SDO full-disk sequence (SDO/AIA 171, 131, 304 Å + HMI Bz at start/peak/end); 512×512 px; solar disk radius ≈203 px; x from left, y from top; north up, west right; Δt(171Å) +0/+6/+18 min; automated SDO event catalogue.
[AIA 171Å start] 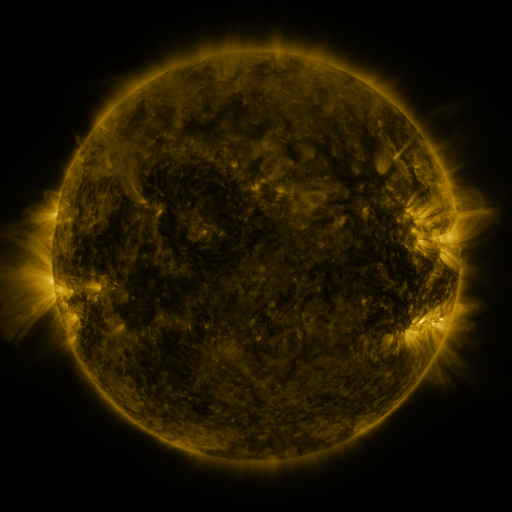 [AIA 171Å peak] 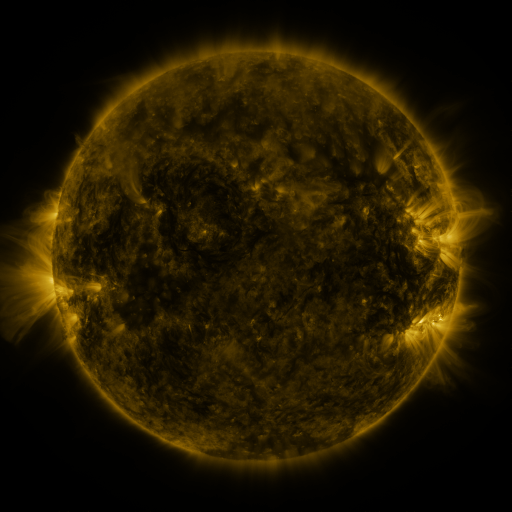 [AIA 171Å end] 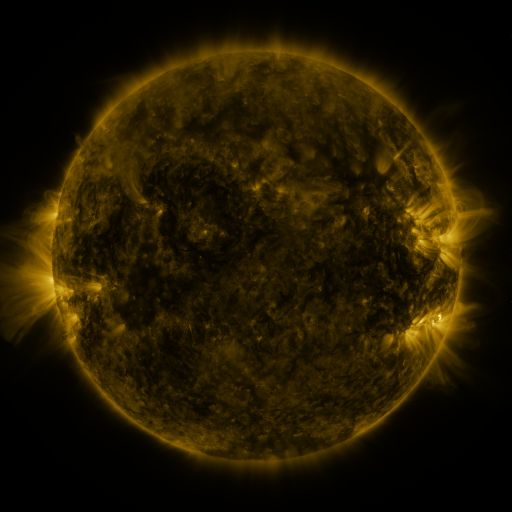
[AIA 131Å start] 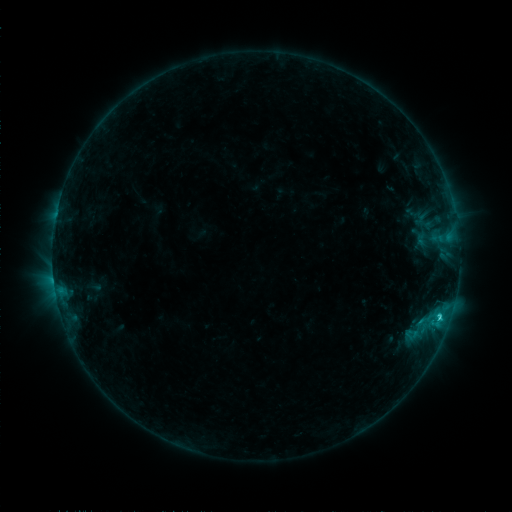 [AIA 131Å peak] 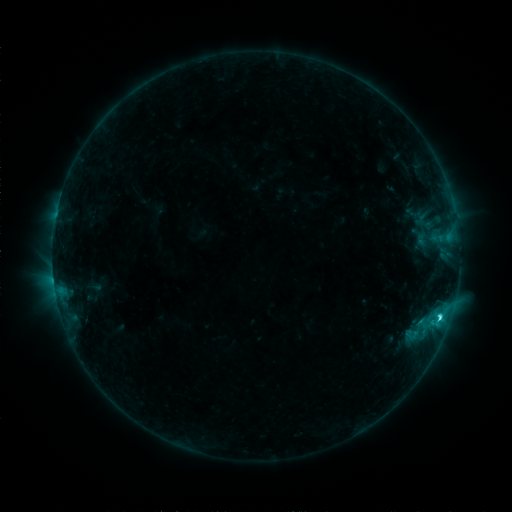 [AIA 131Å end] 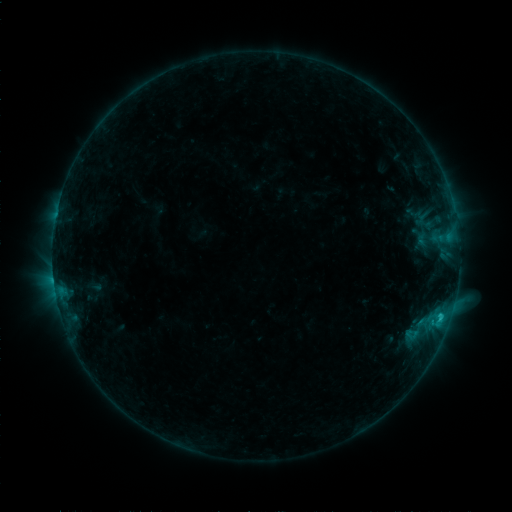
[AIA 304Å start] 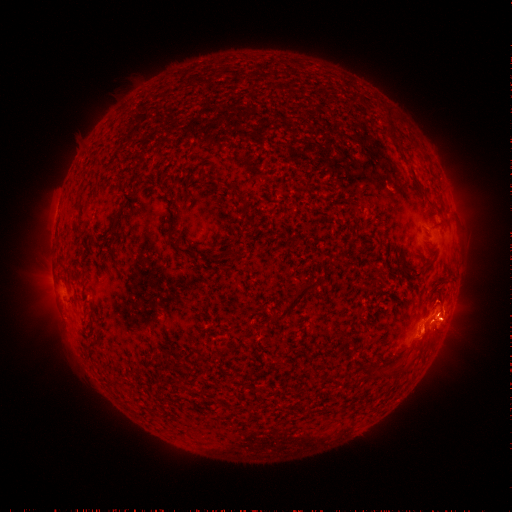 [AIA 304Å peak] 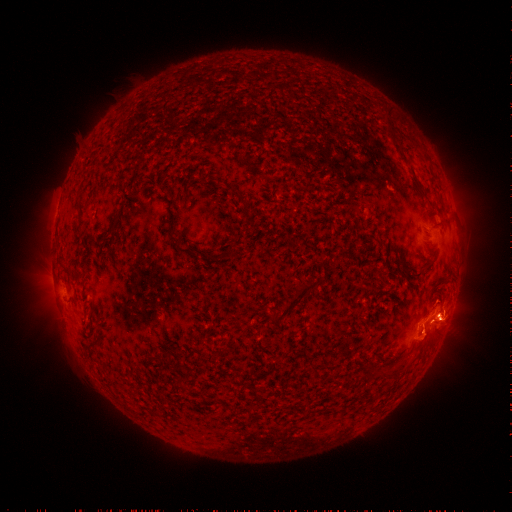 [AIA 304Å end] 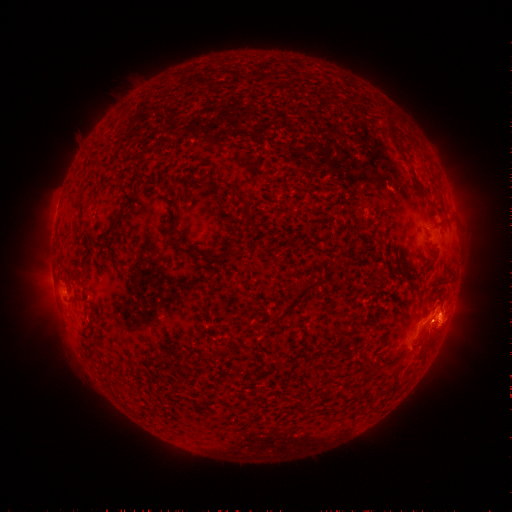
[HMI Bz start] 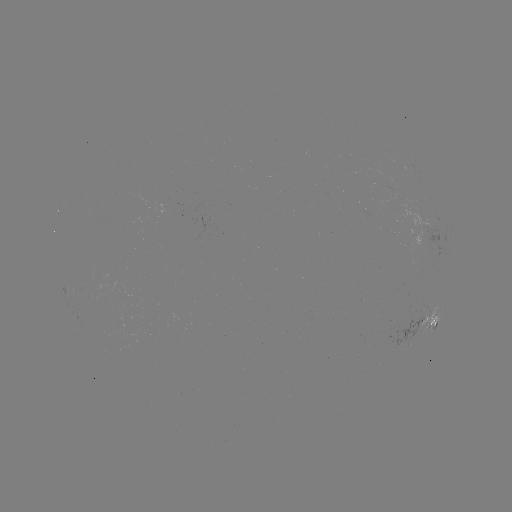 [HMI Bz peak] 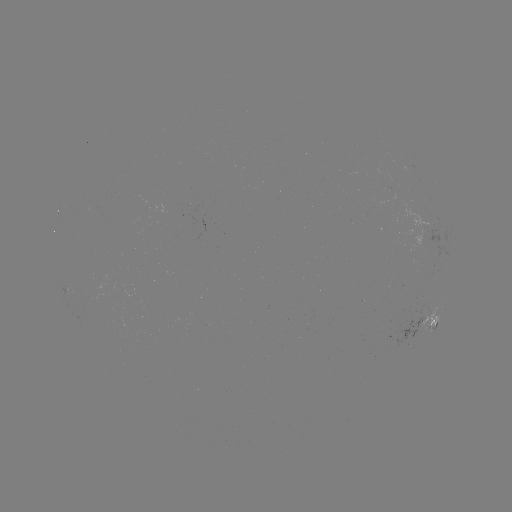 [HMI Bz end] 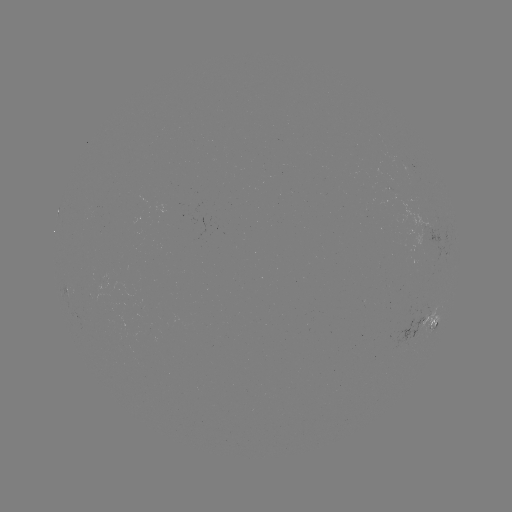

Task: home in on eruption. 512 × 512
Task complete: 423,350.